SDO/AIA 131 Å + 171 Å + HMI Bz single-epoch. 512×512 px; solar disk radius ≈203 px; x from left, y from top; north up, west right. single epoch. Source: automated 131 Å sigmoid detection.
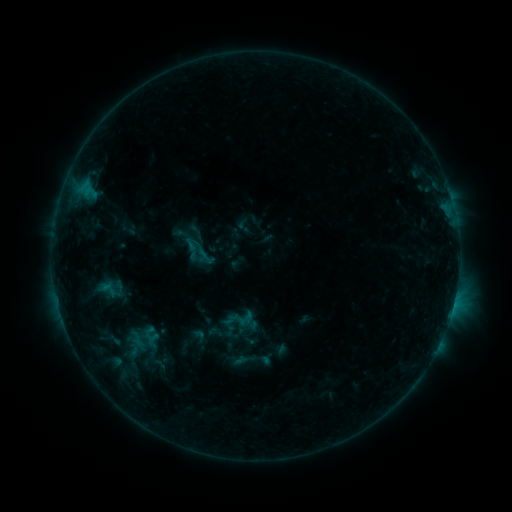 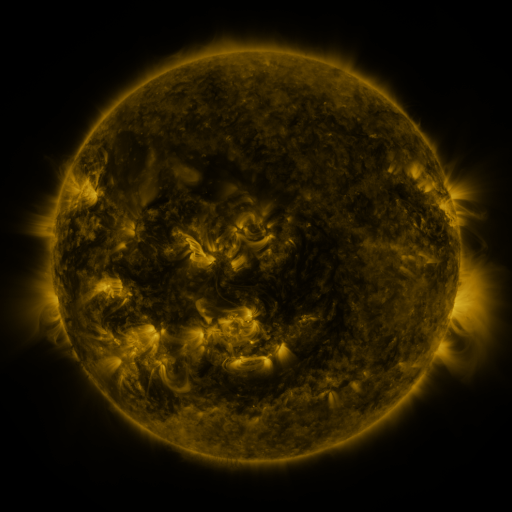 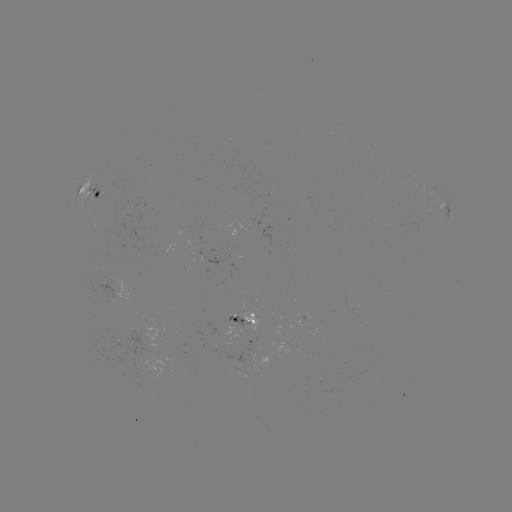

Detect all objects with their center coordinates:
sigmoid: <bbox>222, 302, 256, 335</bbox>
